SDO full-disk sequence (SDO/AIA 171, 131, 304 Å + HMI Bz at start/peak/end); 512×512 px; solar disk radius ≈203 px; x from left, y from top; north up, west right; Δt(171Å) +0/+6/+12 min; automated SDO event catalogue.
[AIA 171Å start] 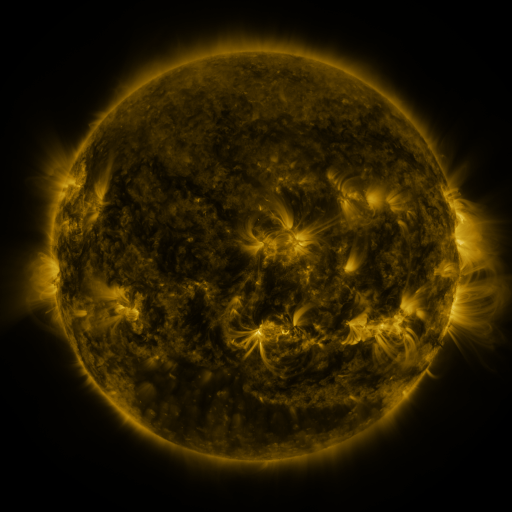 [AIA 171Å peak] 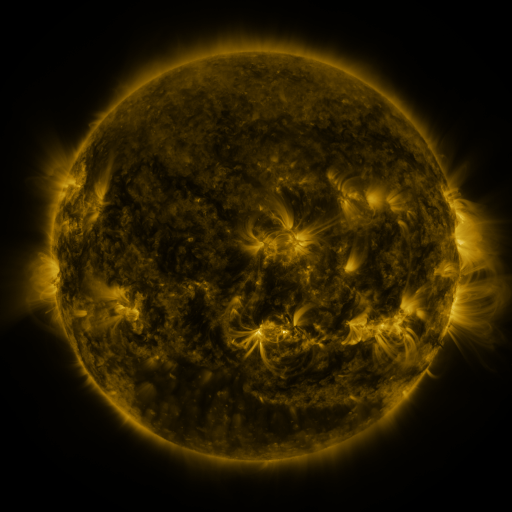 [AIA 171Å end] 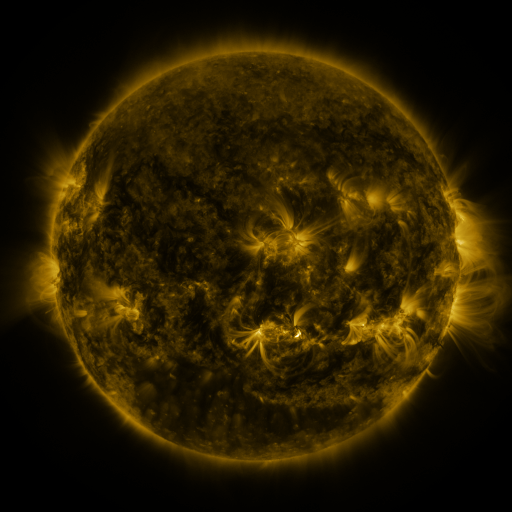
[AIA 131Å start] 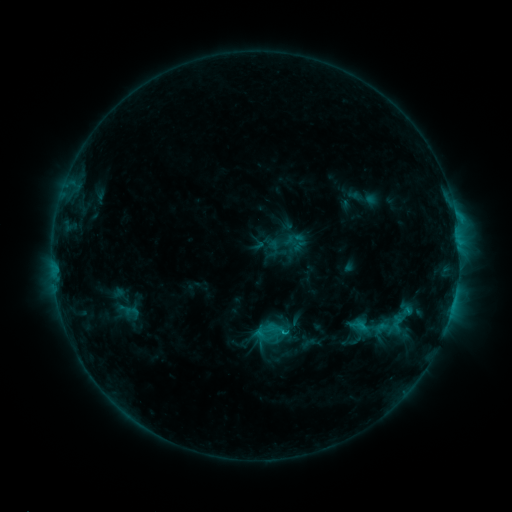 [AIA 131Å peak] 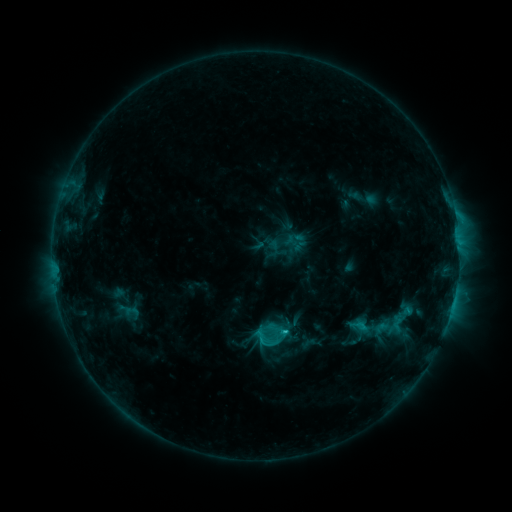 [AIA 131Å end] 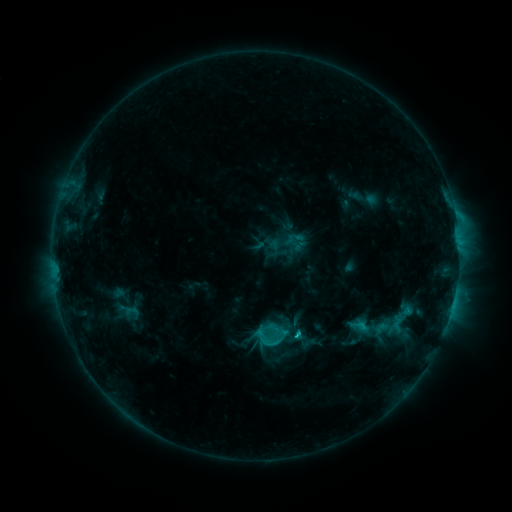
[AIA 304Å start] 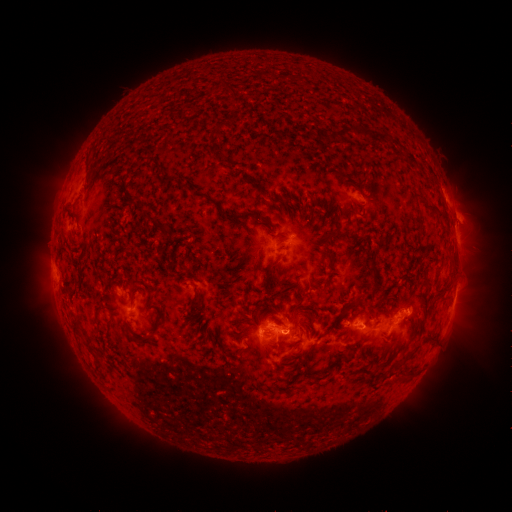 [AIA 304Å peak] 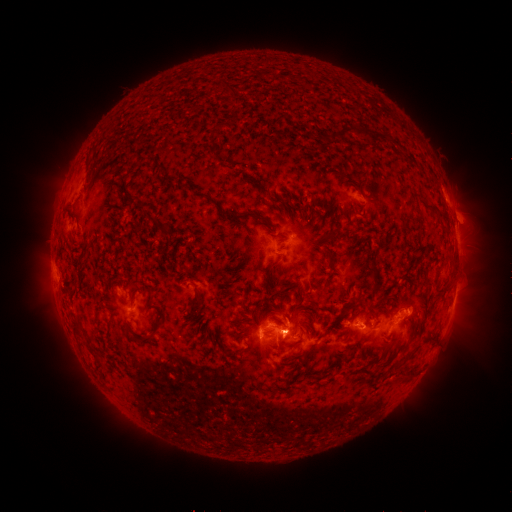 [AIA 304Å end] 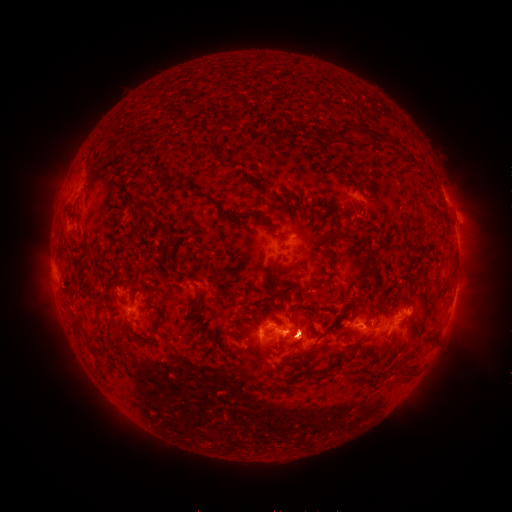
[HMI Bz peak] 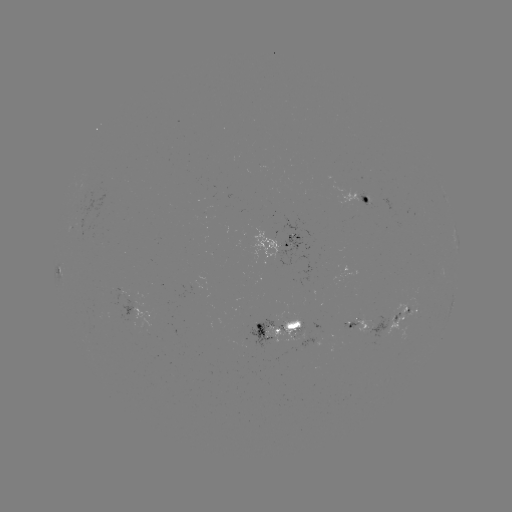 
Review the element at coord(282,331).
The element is C2.4 flare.